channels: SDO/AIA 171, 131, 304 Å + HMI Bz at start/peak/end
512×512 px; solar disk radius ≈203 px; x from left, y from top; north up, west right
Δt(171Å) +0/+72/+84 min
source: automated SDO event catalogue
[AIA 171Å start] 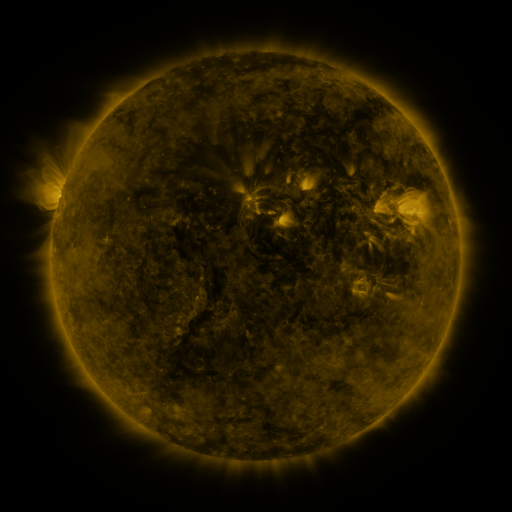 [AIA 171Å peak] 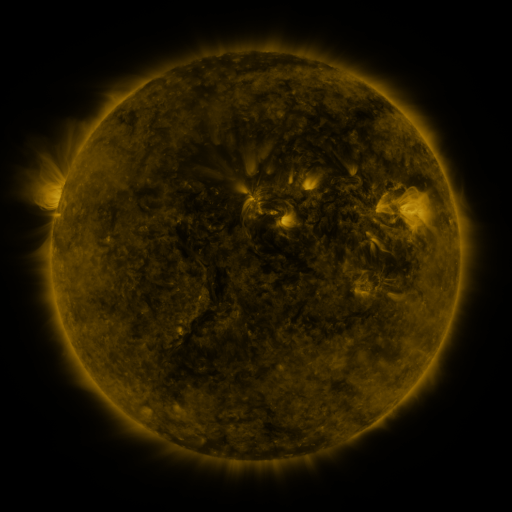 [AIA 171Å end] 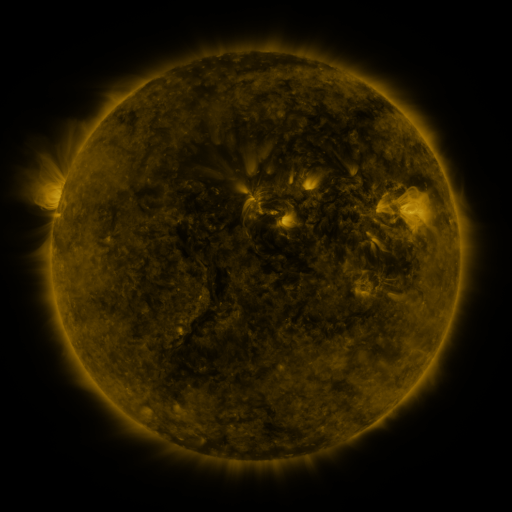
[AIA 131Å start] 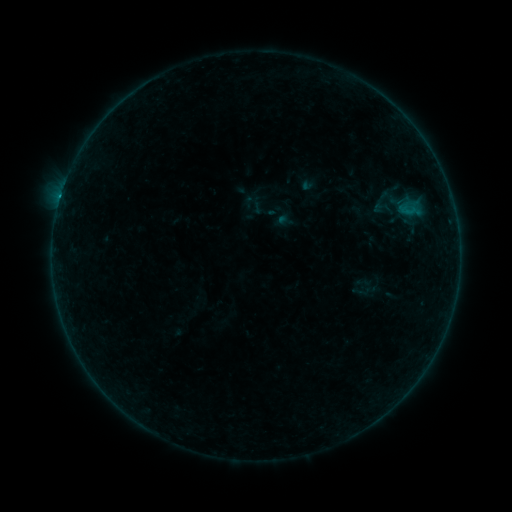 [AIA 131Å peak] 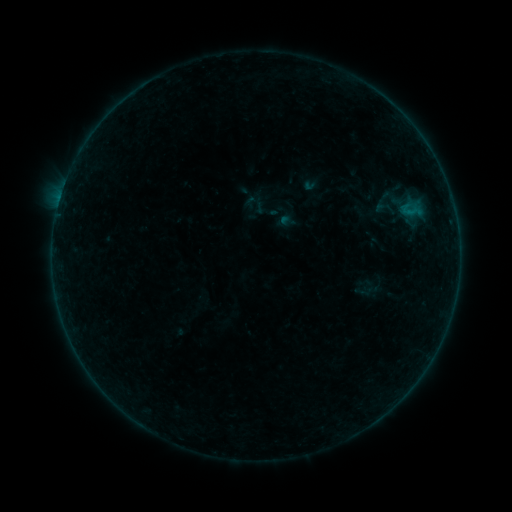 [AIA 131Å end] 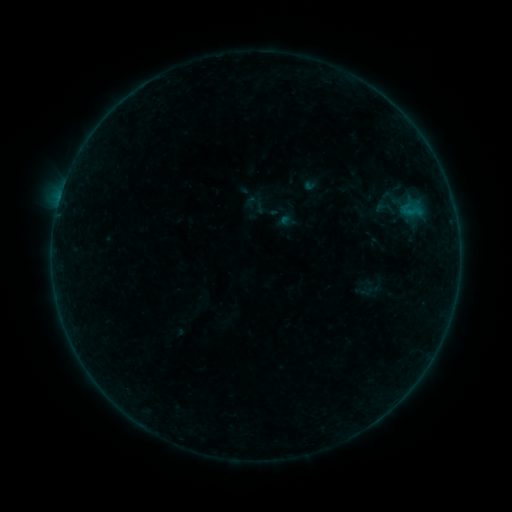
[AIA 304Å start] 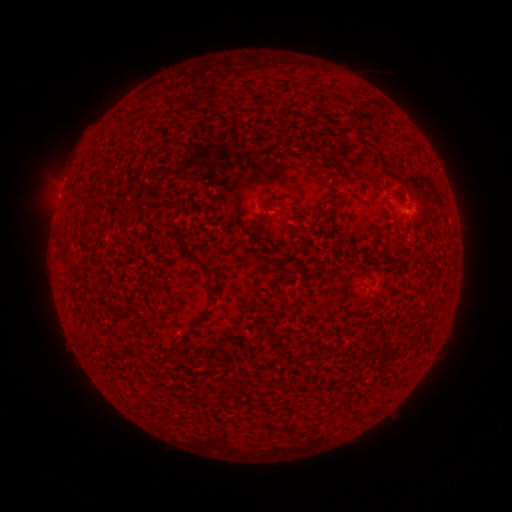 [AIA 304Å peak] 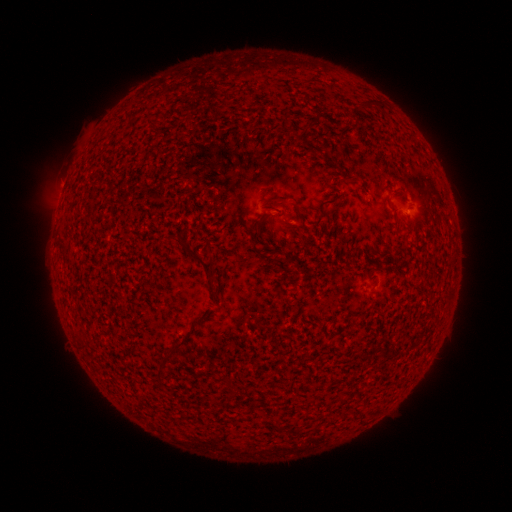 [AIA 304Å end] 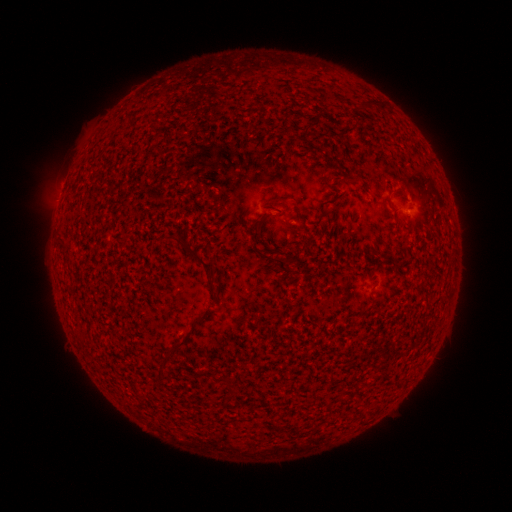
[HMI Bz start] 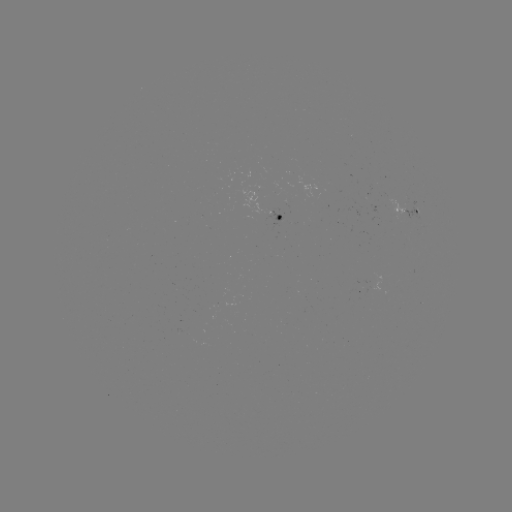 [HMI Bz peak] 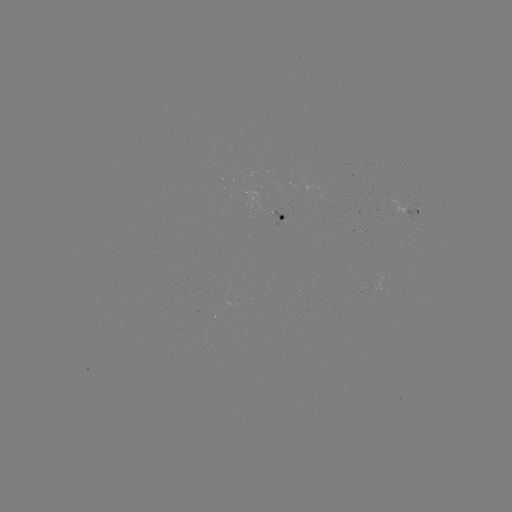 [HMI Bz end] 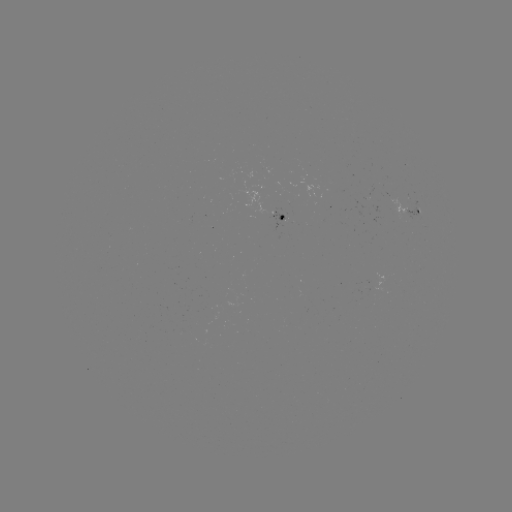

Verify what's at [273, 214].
emerging-flux region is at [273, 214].